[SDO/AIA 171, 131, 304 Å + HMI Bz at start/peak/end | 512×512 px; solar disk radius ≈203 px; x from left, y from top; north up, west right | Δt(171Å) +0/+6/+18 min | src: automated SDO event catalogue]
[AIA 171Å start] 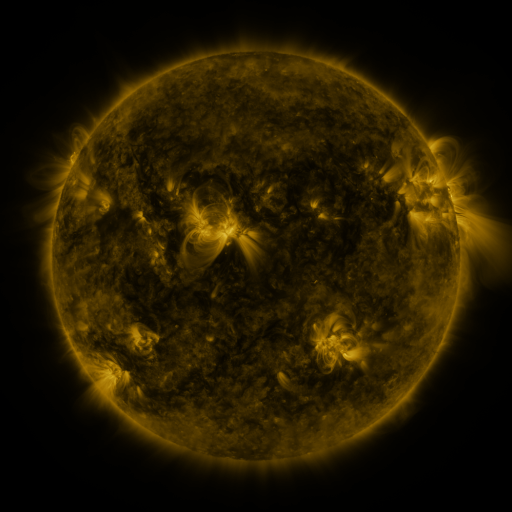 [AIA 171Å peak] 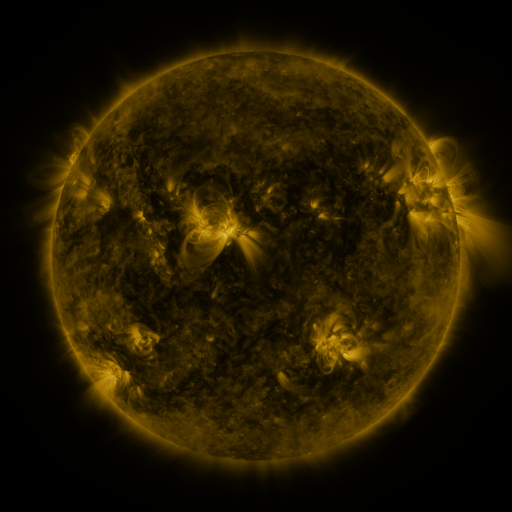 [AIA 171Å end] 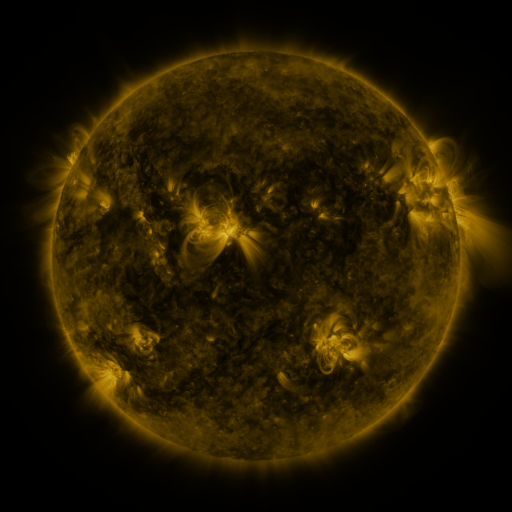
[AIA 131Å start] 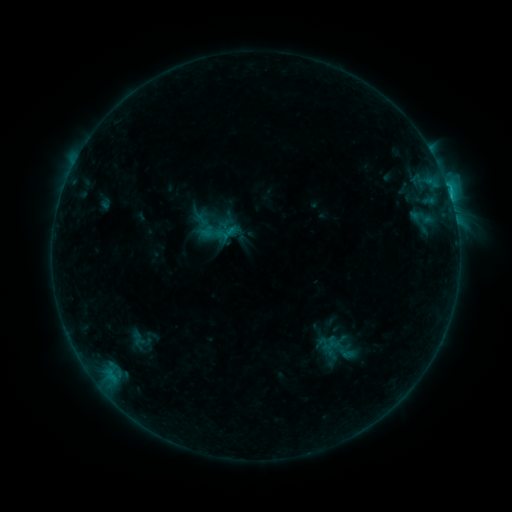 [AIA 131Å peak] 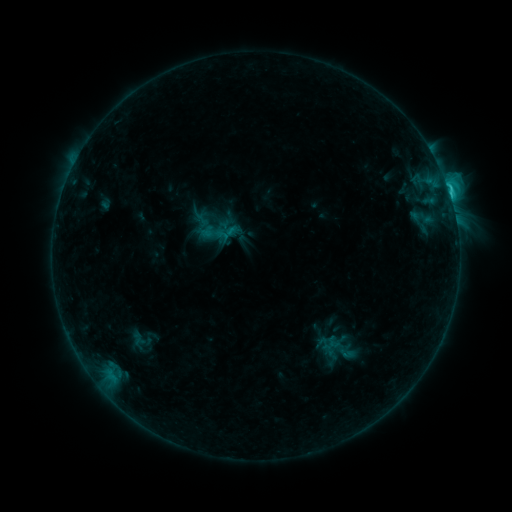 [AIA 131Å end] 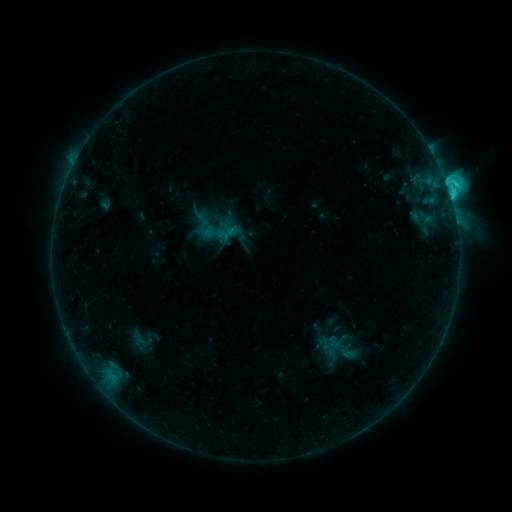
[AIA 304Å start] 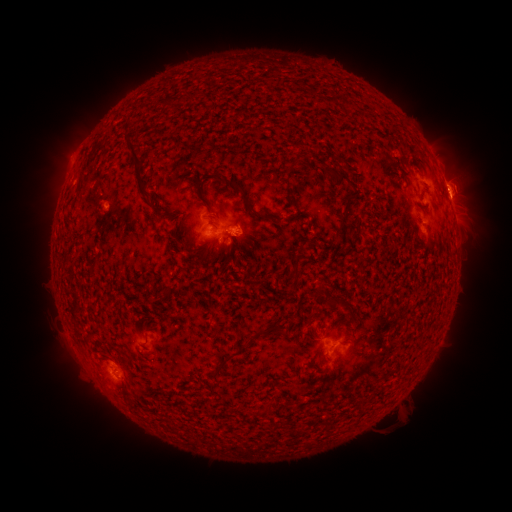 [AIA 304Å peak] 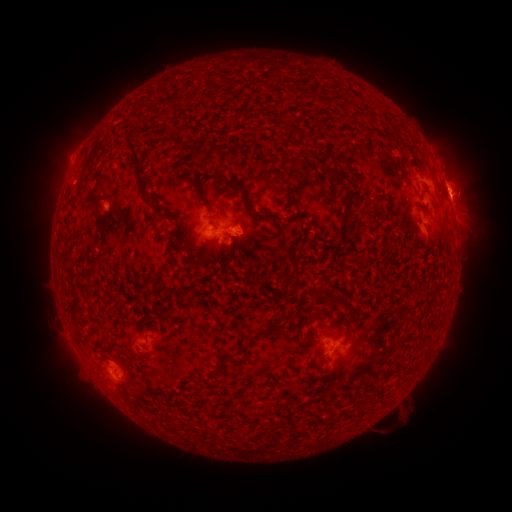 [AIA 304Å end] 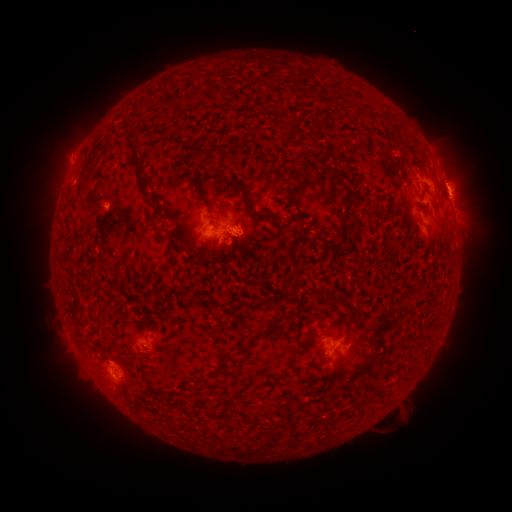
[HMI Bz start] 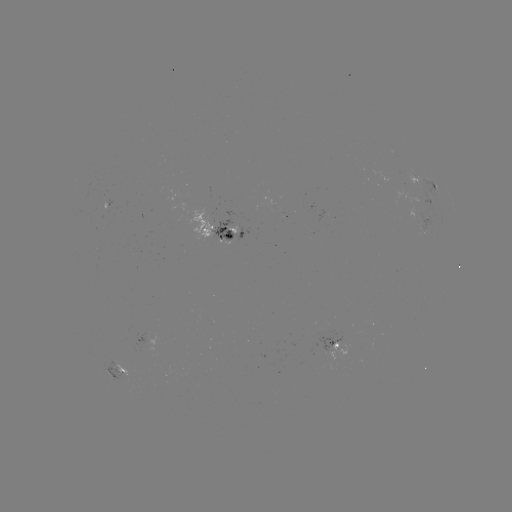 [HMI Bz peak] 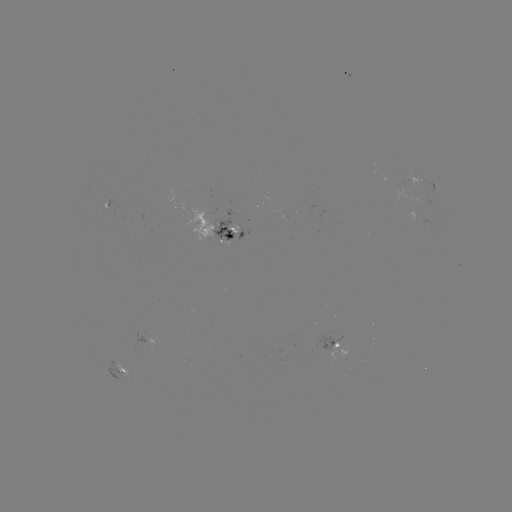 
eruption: (439, 166, 499, 223)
